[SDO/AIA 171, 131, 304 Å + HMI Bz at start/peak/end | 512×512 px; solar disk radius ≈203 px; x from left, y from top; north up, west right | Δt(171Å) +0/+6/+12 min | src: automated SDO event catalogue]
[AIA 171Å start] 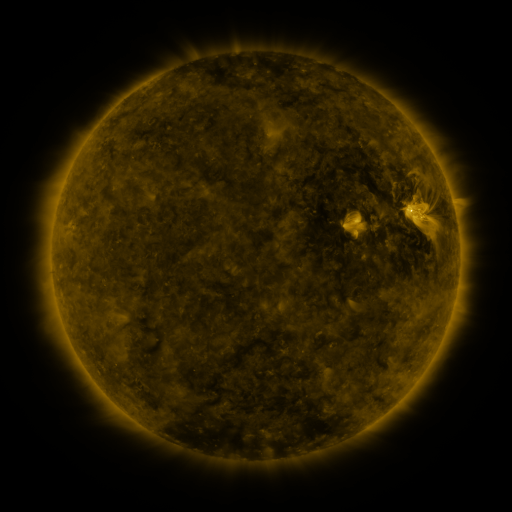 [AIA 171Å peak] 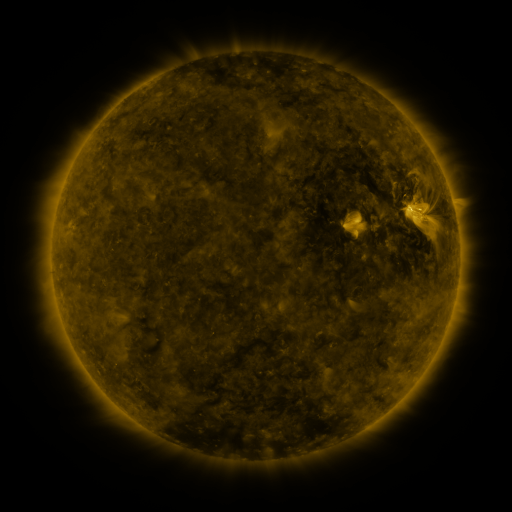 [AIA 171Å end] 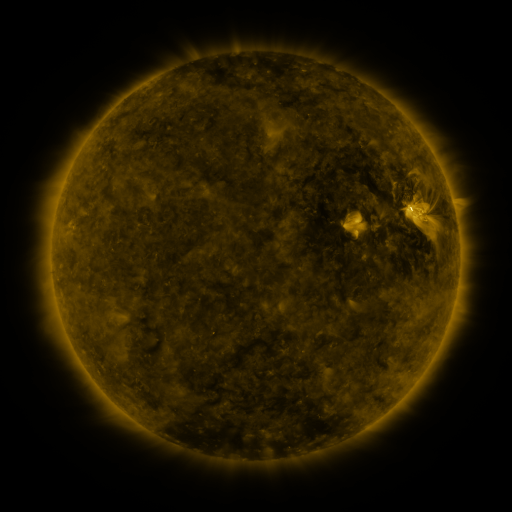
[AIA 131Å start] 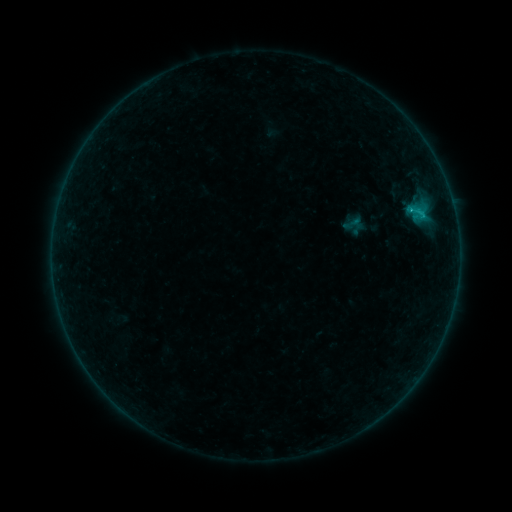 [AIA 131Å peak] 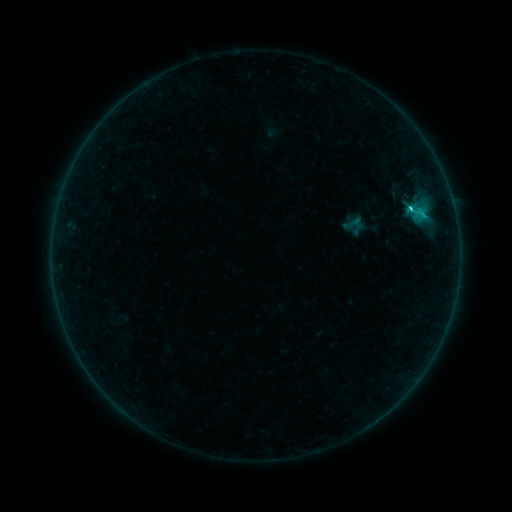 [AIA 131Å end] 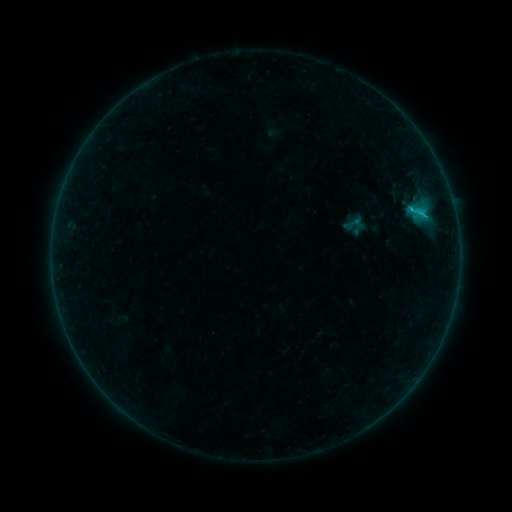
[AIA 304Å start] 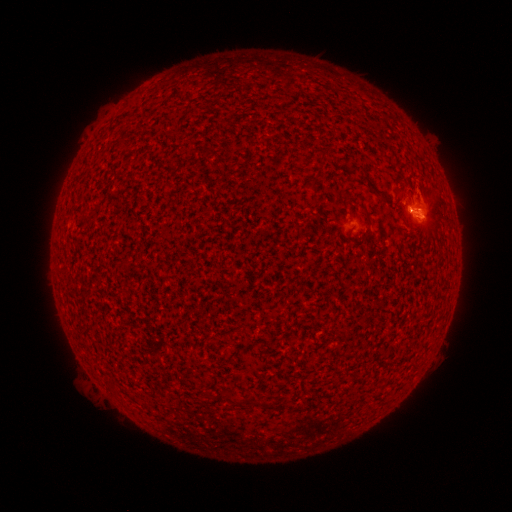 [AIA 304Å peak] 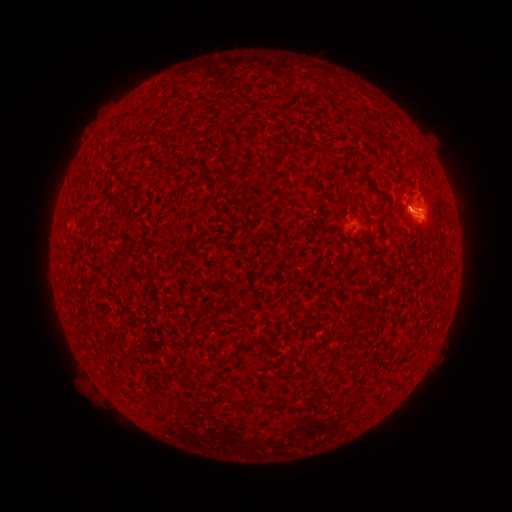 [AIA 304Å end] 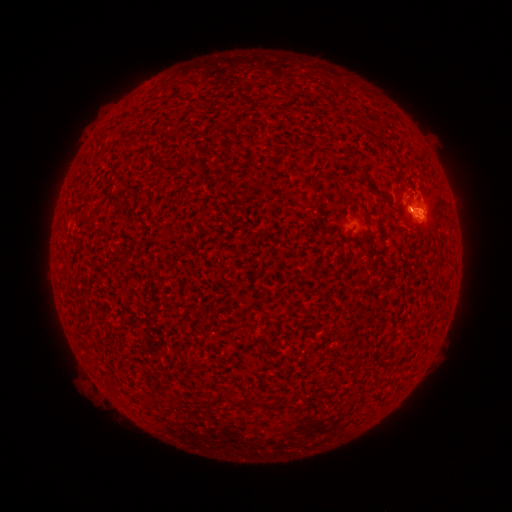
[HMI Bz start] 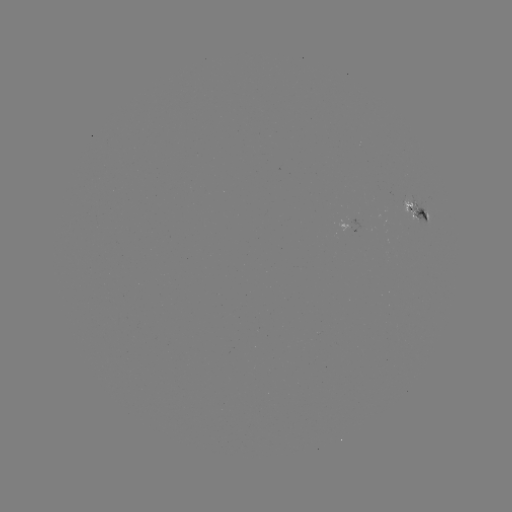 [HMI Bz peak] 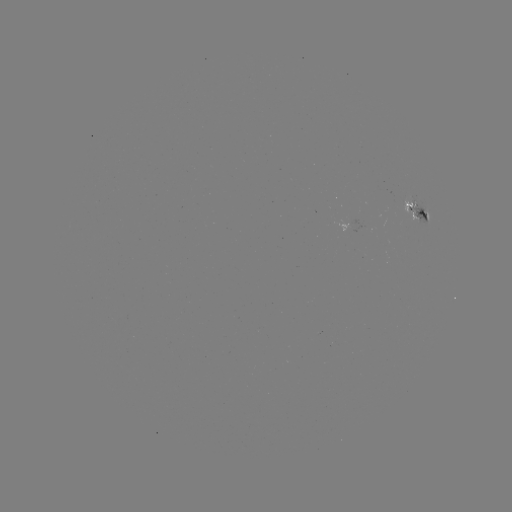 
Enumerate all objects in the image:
C1.3 flare: (410, 208)
